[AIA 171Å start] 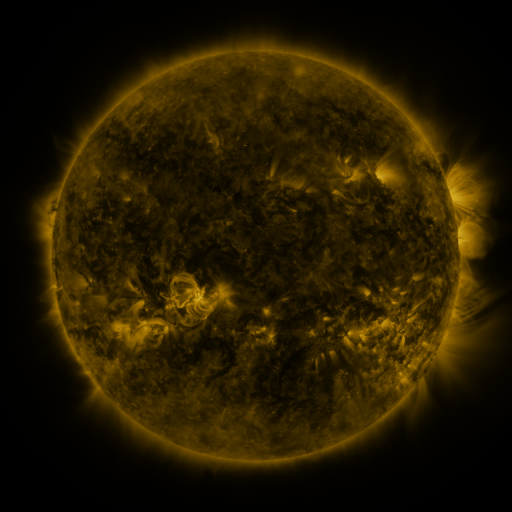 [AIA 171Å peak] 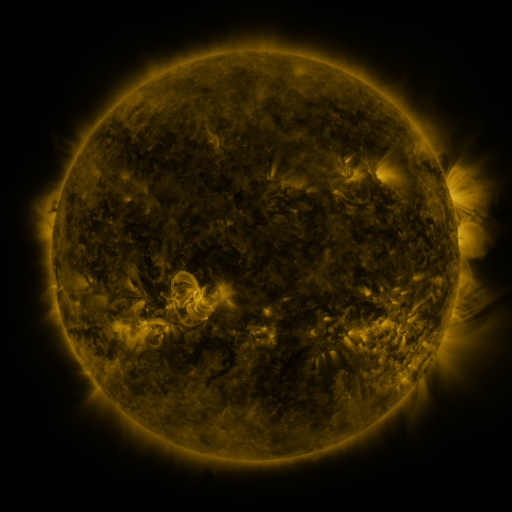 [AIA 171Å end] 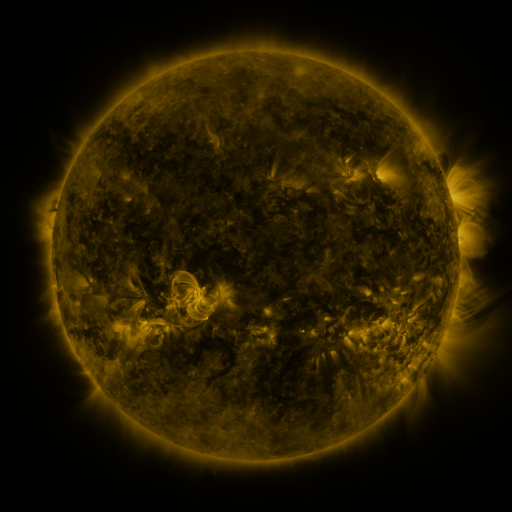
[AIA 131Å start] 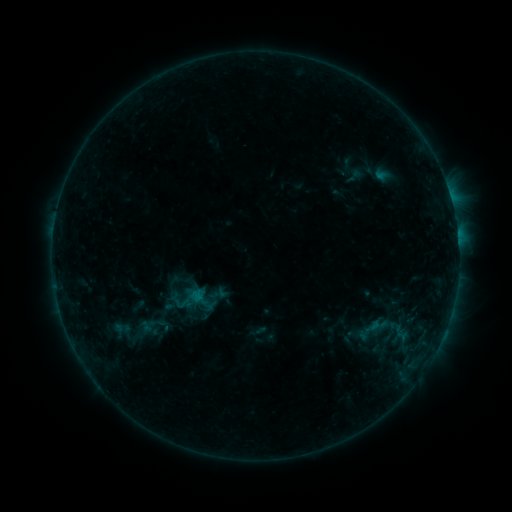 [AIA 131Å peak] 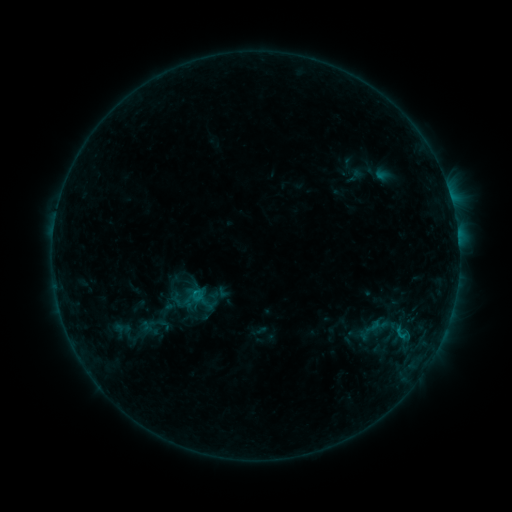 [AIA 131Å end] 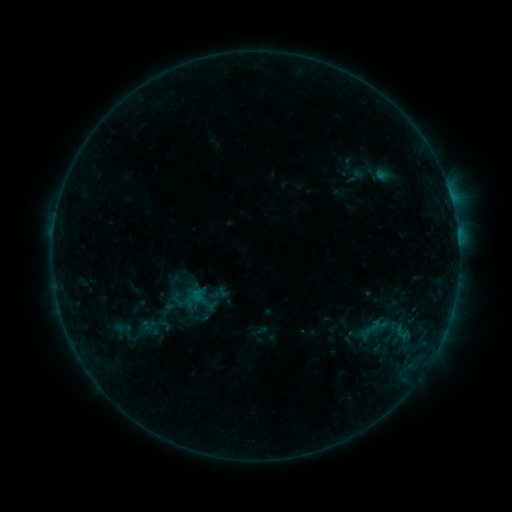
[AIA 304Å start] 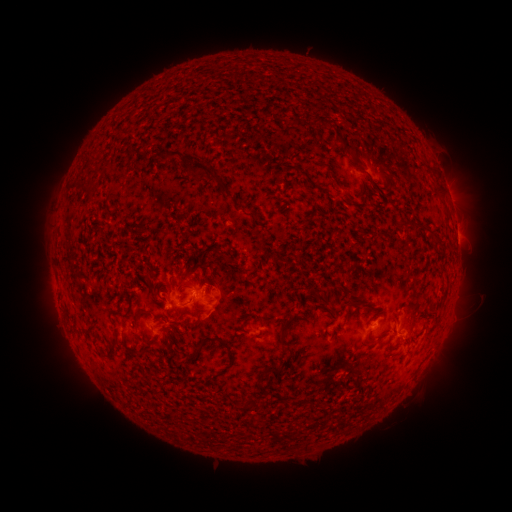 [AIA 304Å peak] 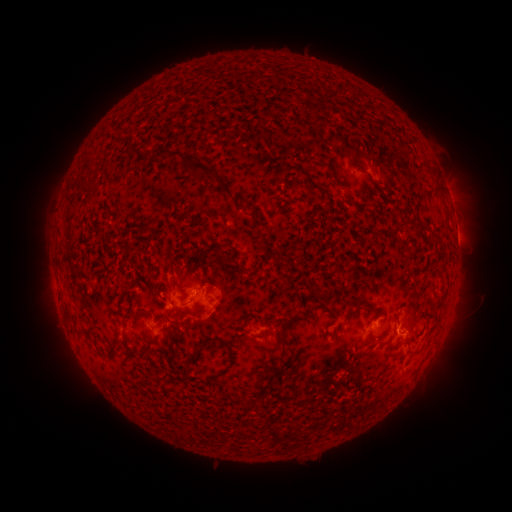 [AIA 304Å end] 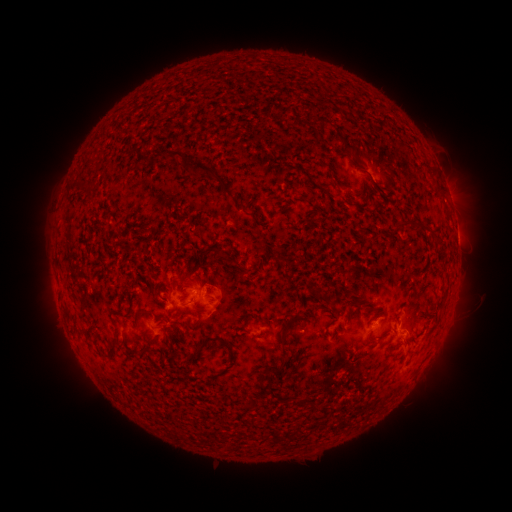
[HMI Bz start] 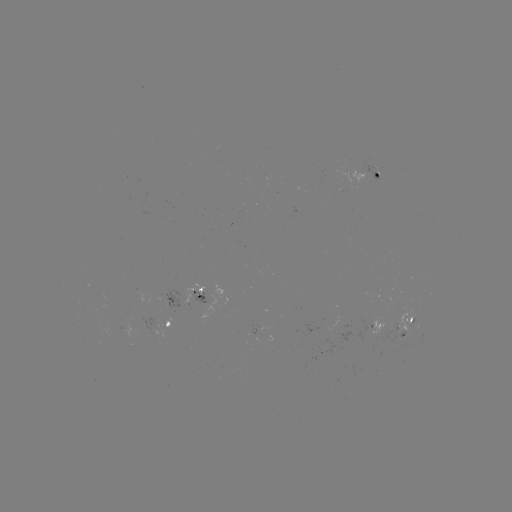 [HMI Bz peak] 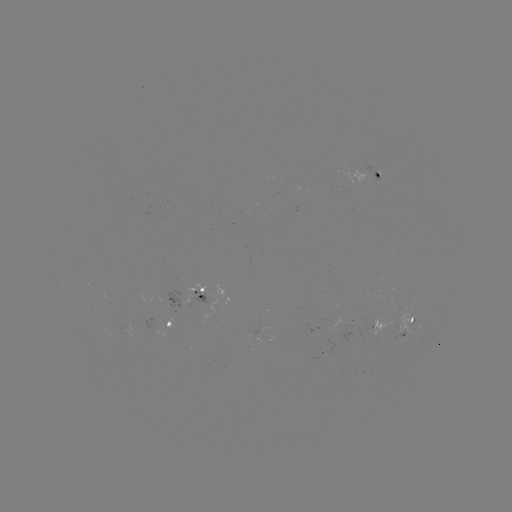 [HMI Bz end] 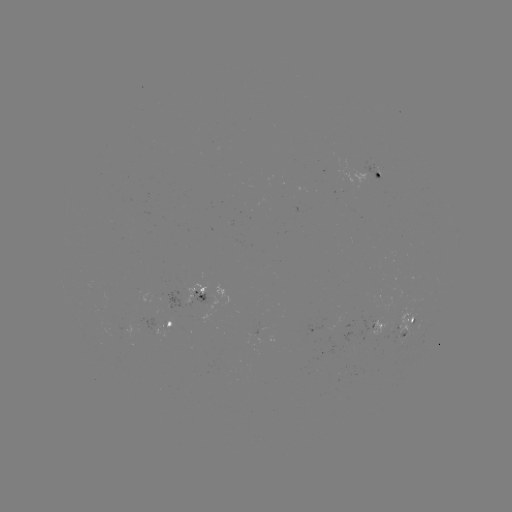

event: flare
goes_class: B6.2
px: (398, 329)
